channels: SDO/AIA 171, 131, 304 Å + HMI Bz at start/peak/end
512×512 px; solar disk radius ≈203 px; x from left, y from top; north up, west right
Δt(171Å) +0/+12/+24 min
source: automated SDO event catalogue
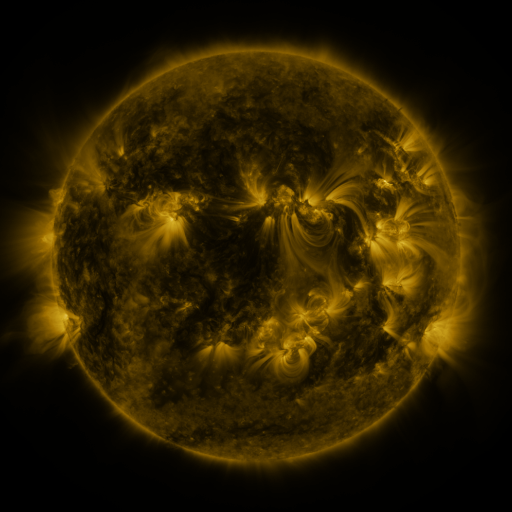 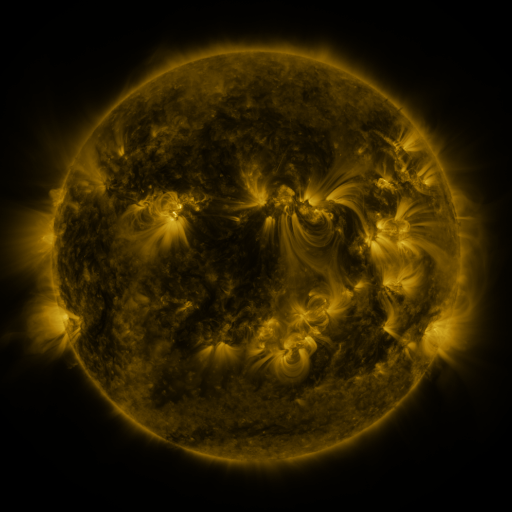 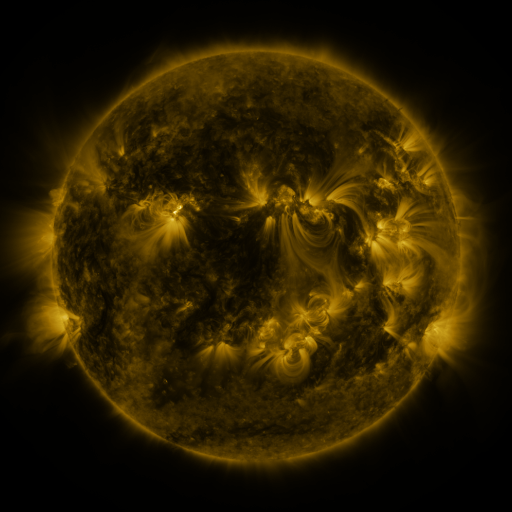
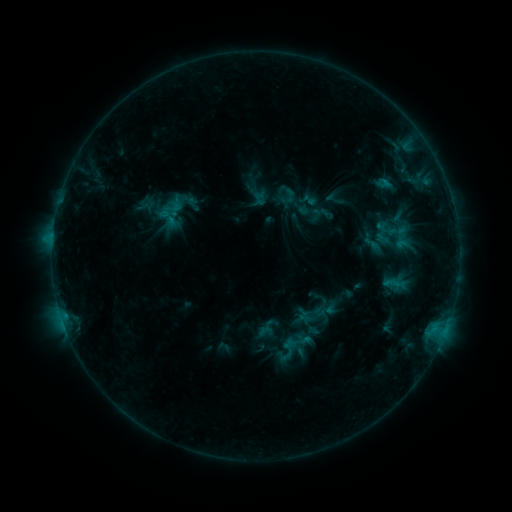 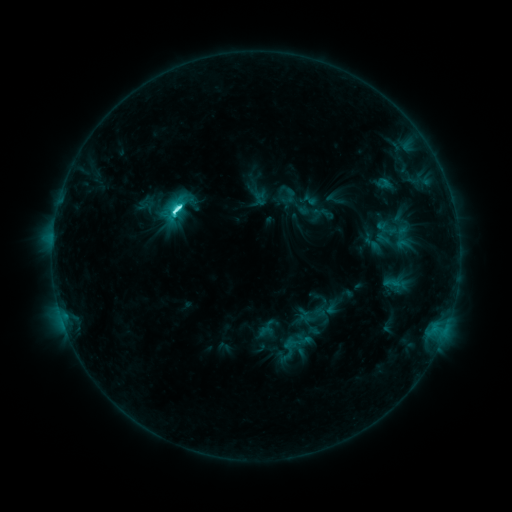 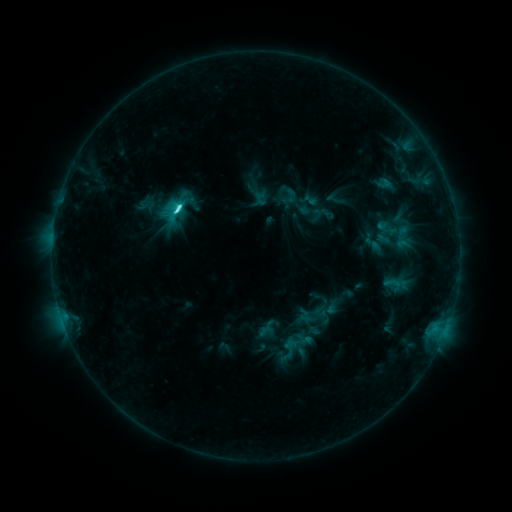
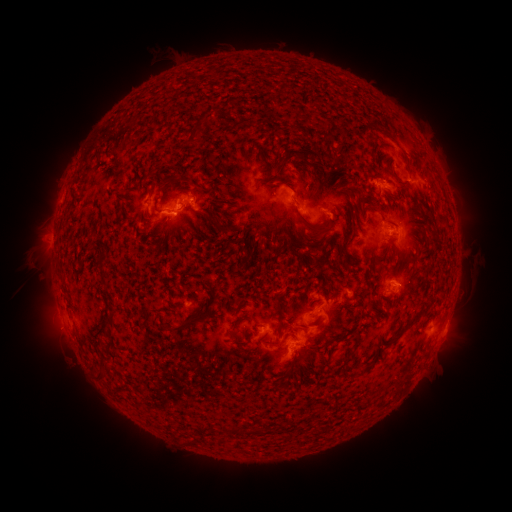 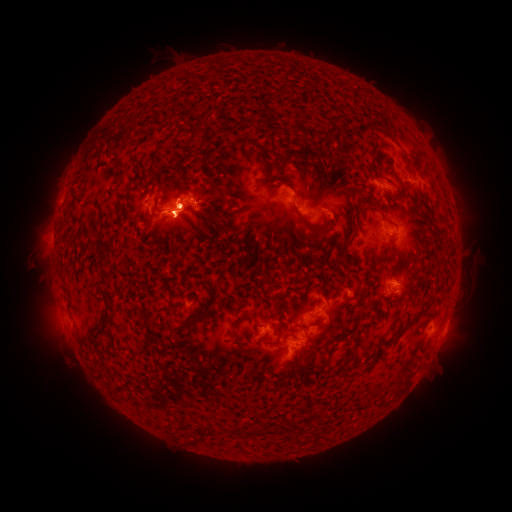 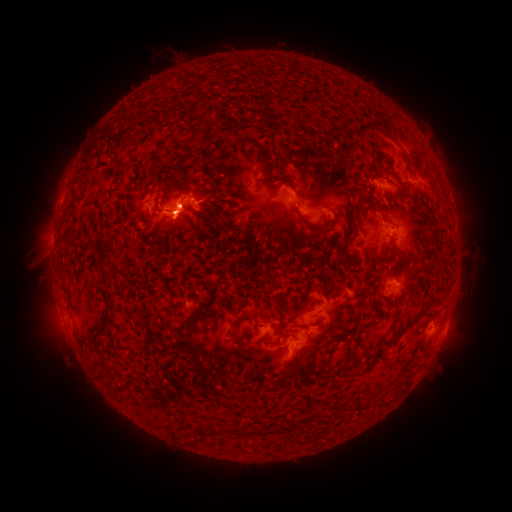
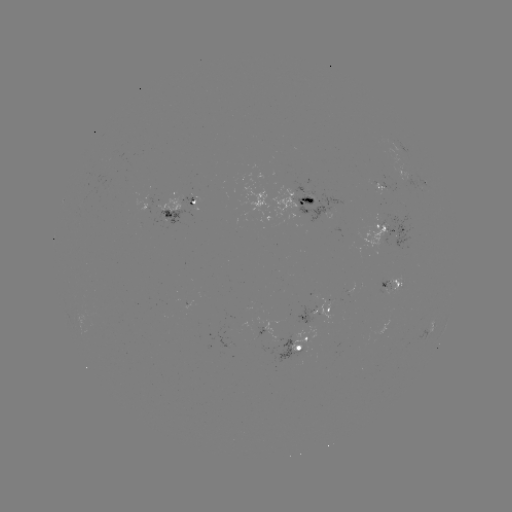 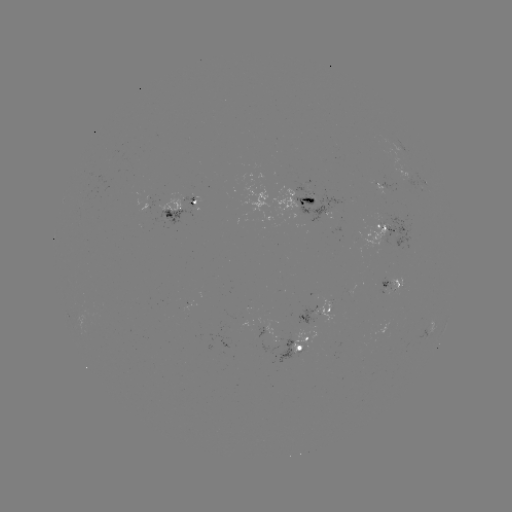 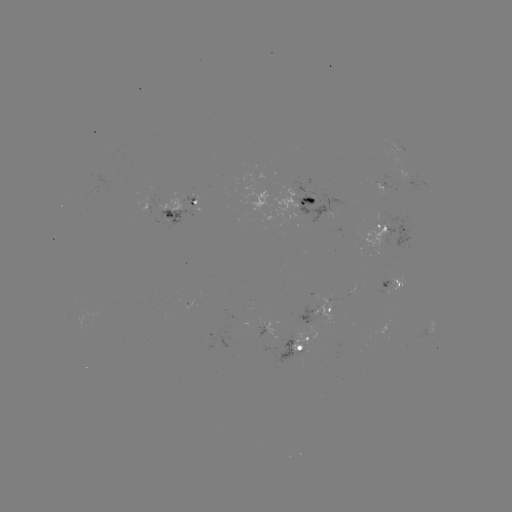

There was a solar flare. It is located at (177, 209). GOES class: C6.0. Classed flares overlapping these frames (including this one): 1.